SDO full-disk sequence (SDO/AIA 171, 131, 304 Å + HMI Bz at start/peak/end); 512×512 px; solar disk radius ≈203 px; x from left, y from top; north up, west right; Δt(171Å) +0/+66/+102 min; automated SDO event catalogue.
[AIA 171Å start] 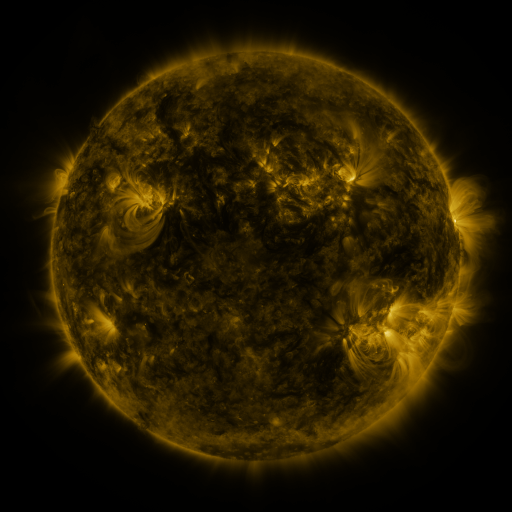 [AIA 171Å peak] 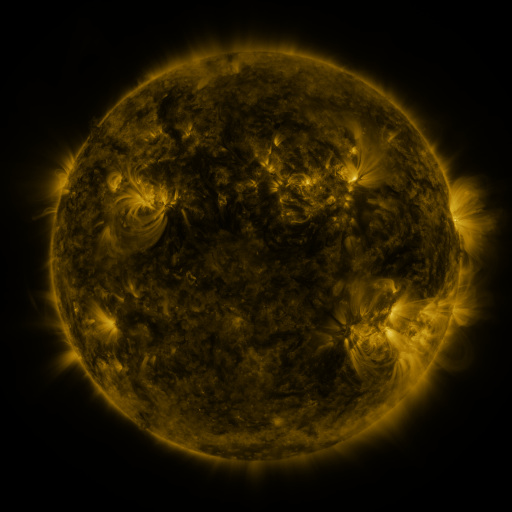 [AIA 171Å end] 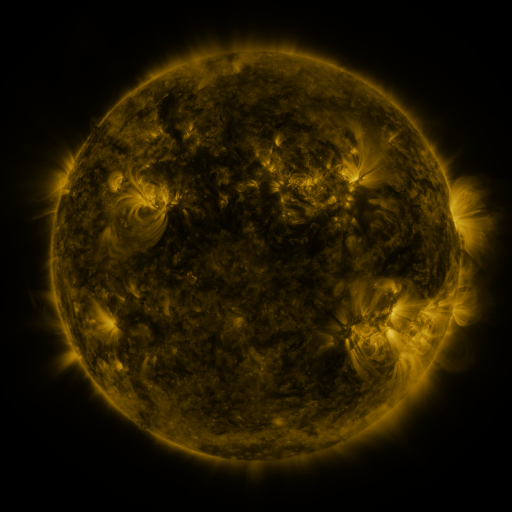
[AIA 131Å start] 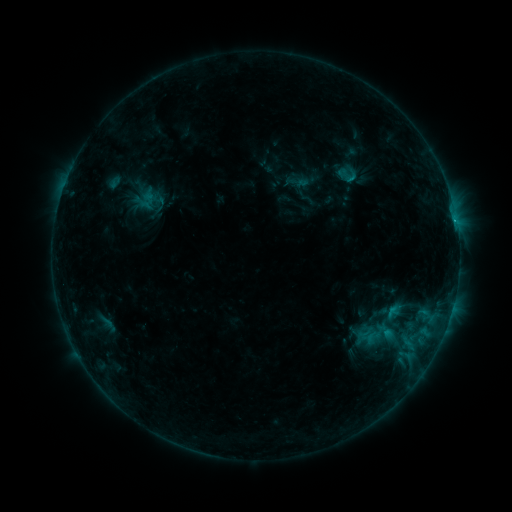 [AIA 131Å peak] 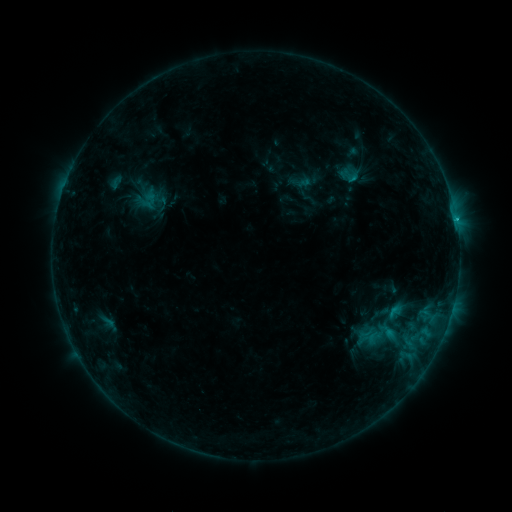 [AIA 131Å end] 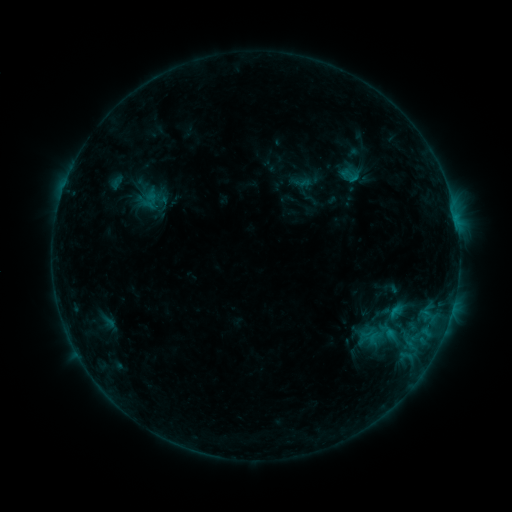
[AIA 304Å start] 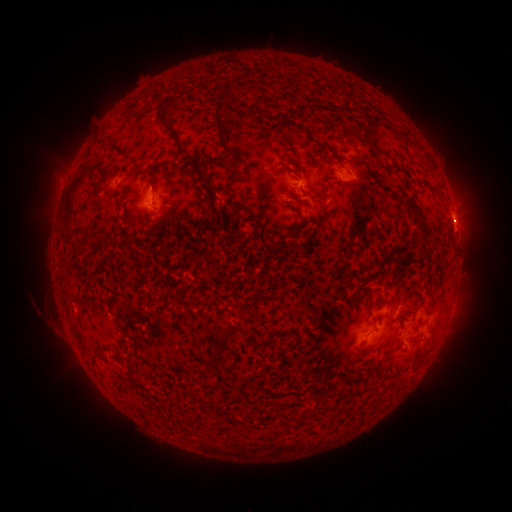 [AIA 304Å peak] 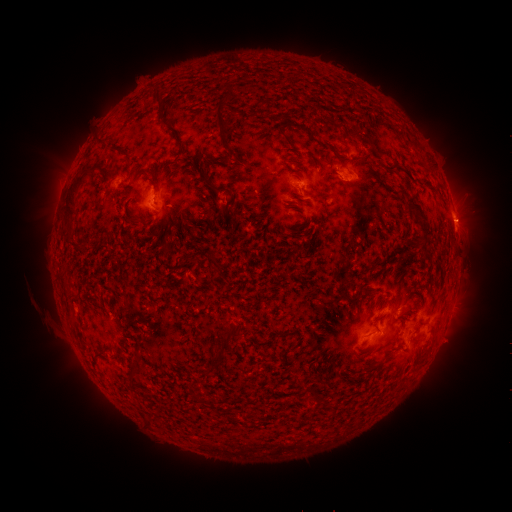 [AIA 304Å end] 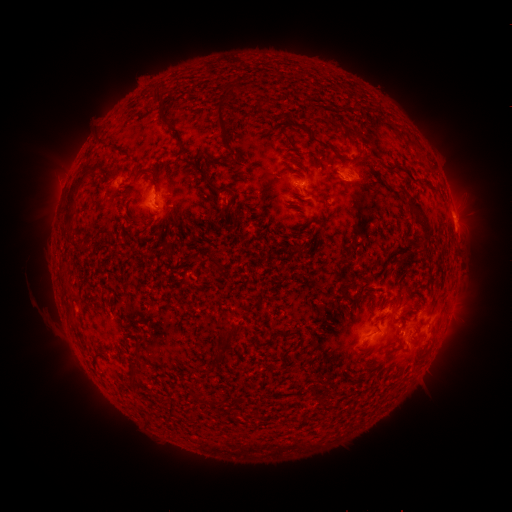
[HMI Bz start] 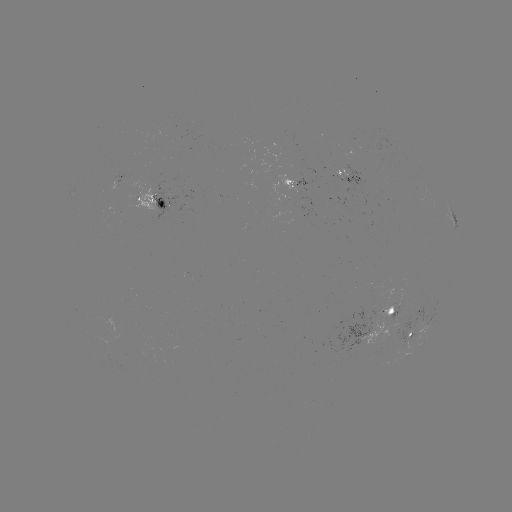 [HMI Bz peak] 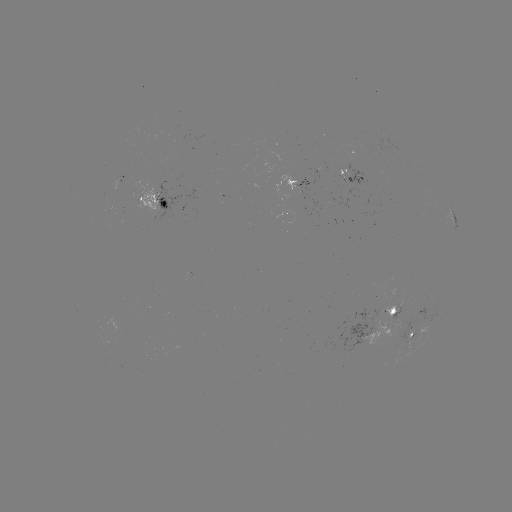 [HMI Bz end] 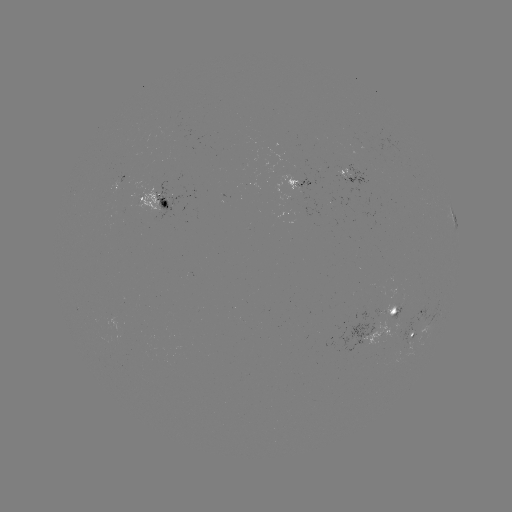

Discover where emerging-flux region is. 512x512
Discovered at (401, 306).